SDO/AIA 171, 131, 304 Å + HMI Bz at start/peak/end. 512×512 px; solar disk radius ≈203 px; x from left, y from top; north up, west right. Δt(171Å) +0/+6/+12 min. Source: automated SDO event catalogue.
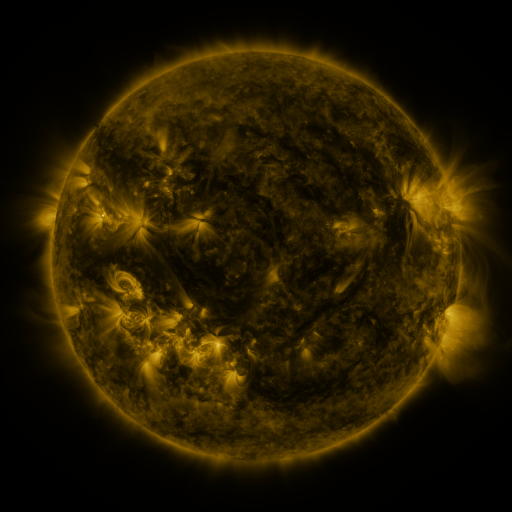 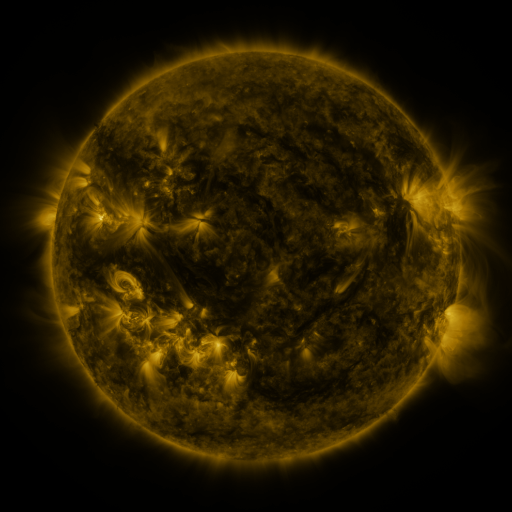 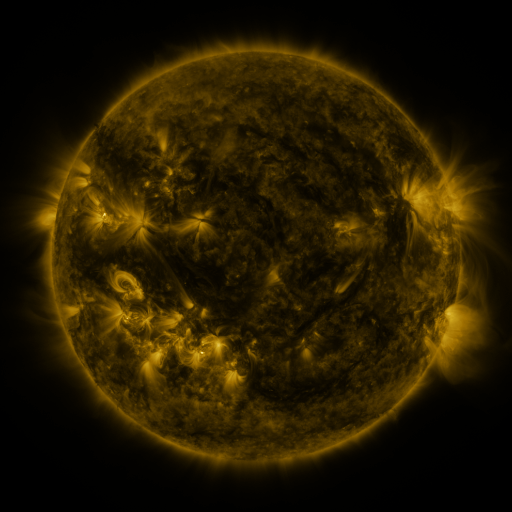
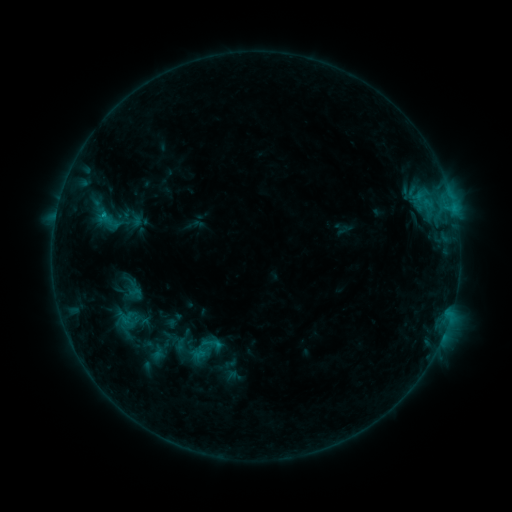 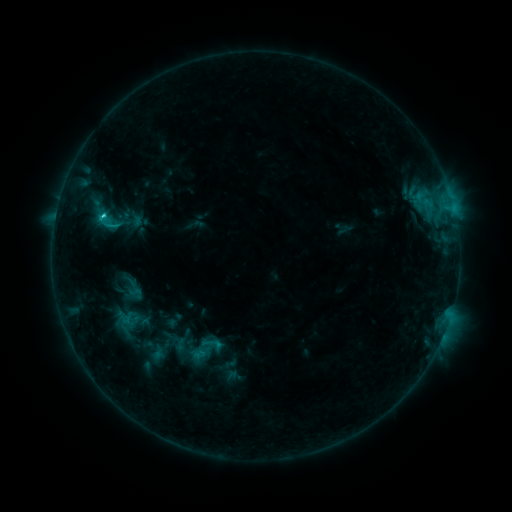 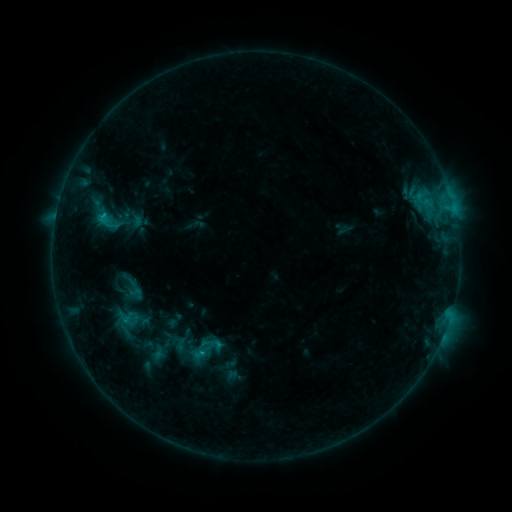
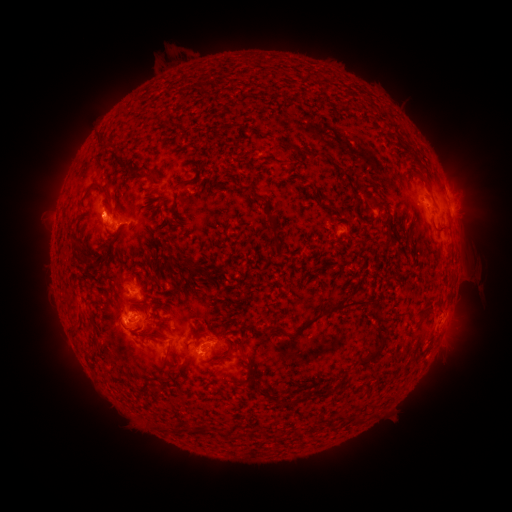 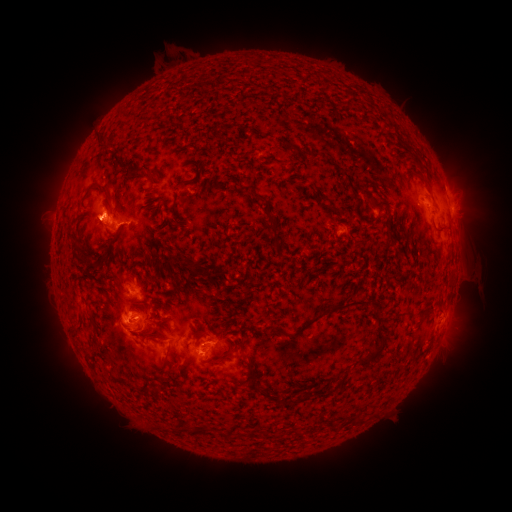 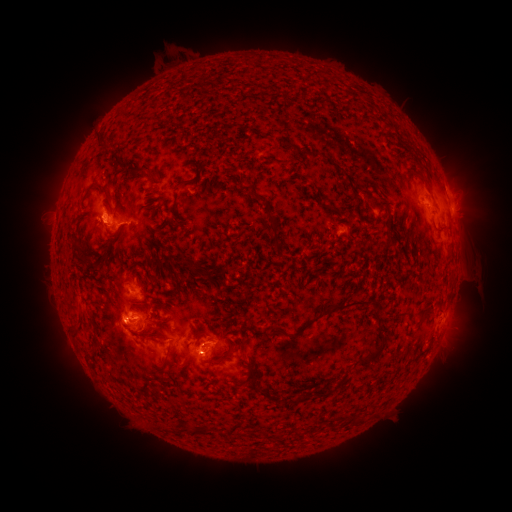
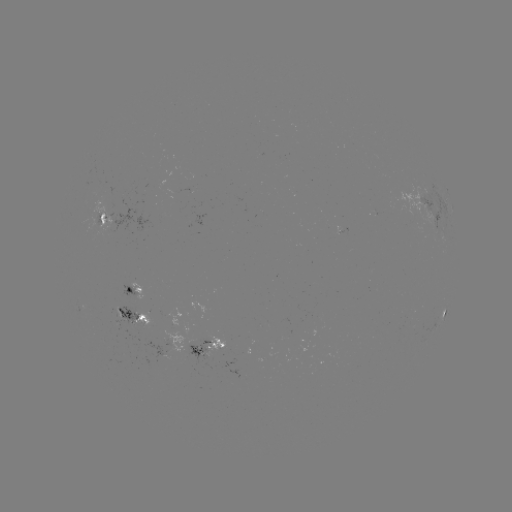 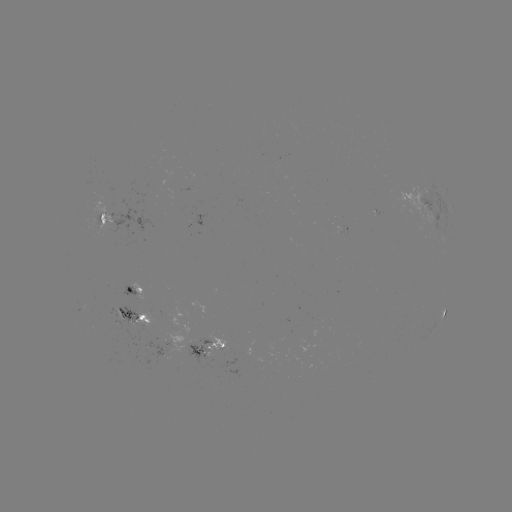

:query eruption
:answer (100, 214)